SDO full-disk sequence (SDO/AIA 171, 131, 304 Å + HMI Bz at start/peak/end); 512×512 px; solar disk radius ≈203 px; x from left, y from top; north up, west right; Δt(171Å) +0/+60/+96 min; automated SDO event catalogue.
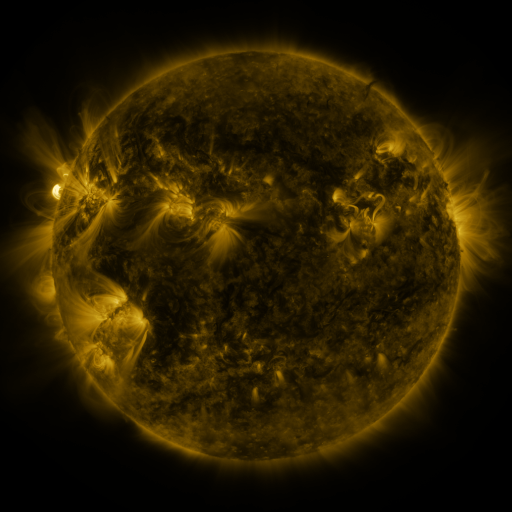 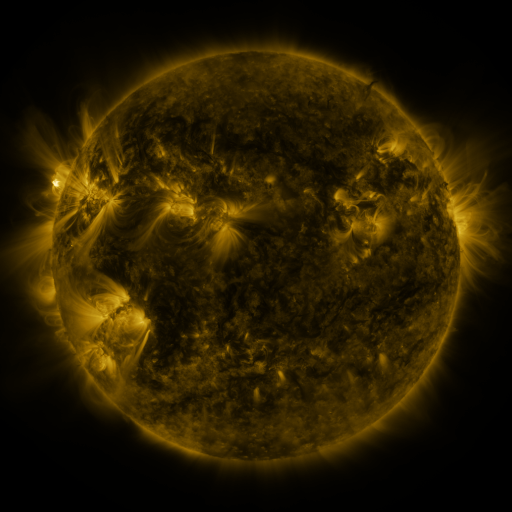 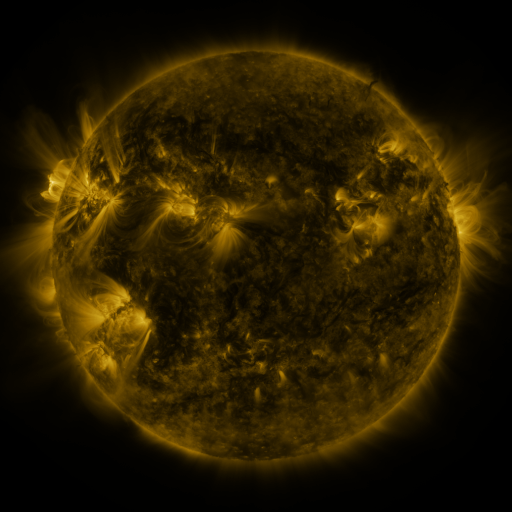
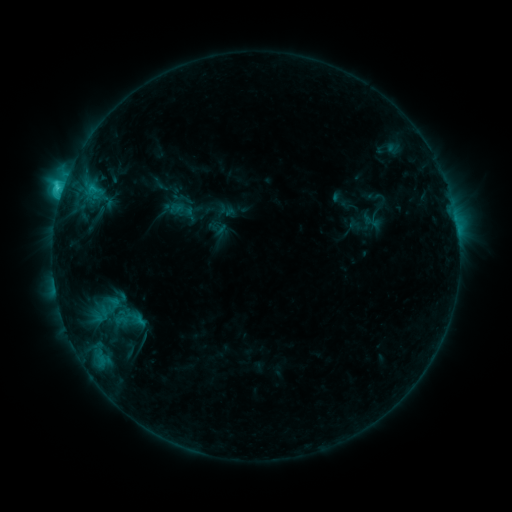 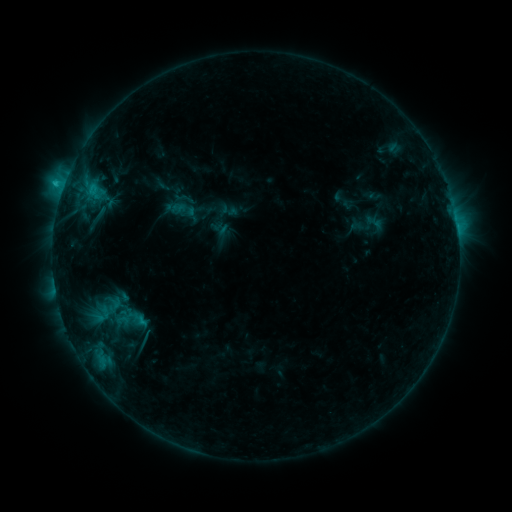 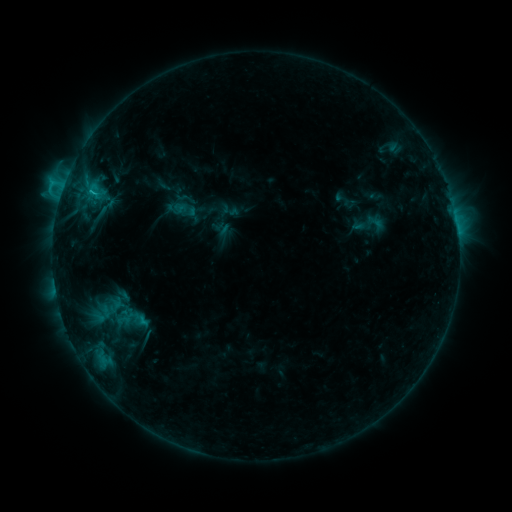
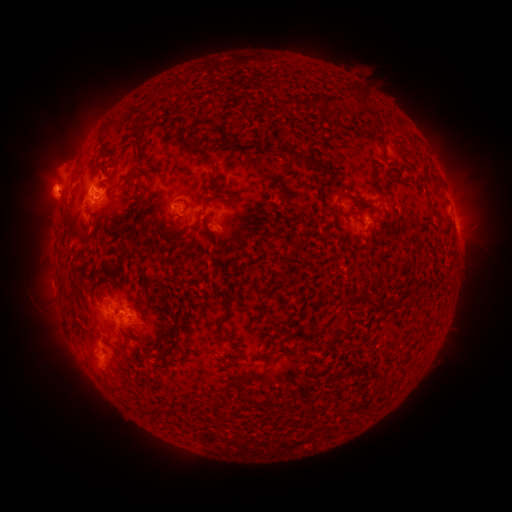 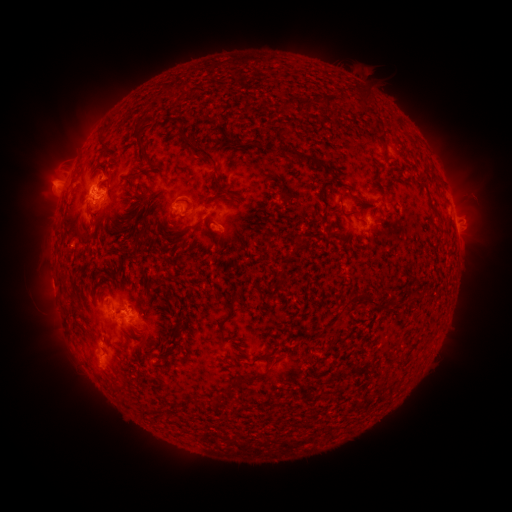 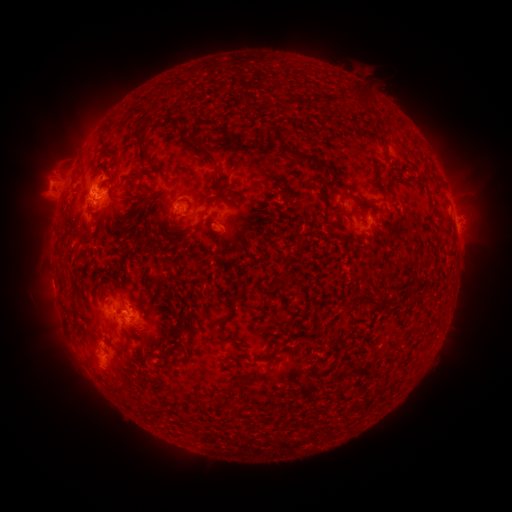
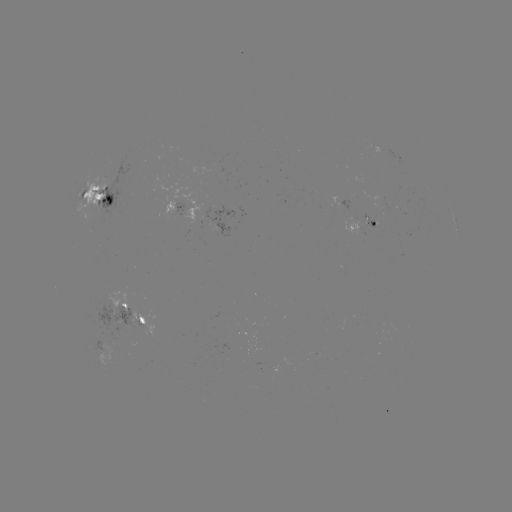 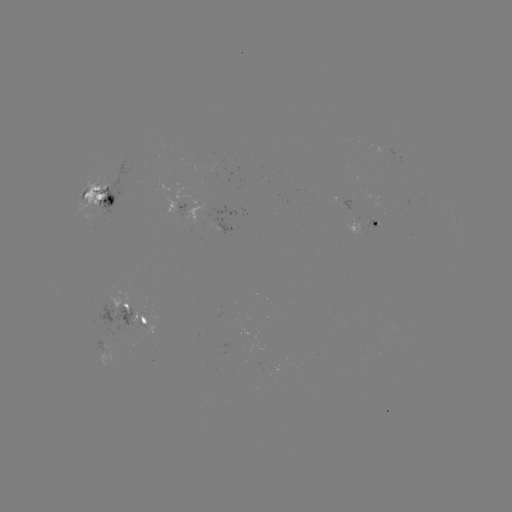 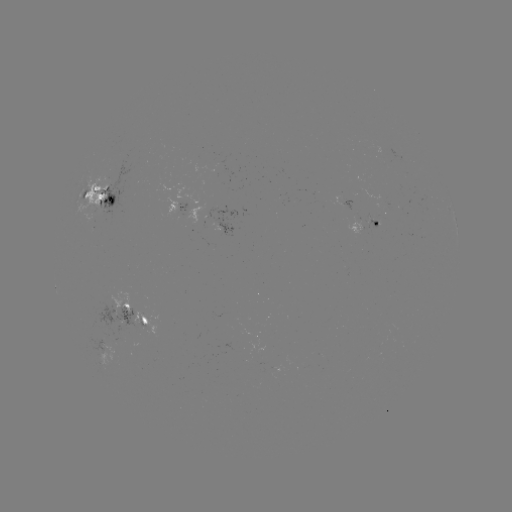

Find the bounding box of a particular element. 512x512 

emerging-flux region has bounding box [393, 207, 408, 217].